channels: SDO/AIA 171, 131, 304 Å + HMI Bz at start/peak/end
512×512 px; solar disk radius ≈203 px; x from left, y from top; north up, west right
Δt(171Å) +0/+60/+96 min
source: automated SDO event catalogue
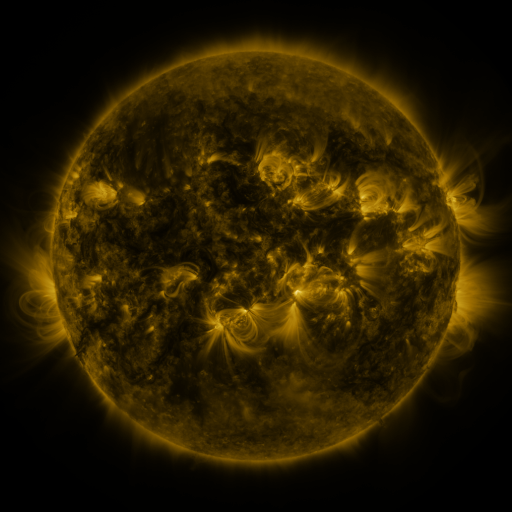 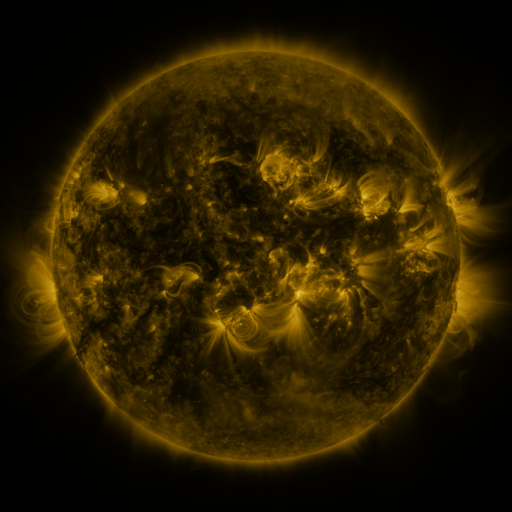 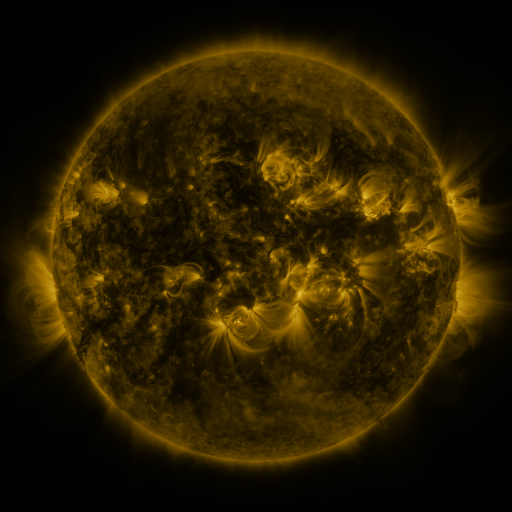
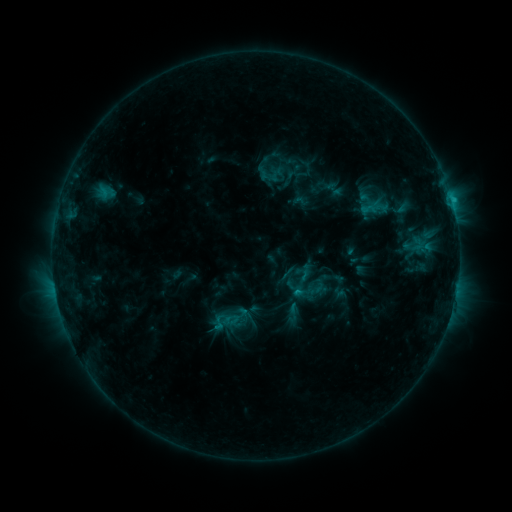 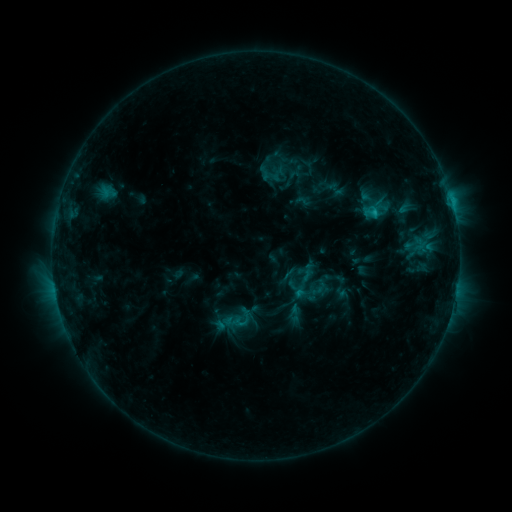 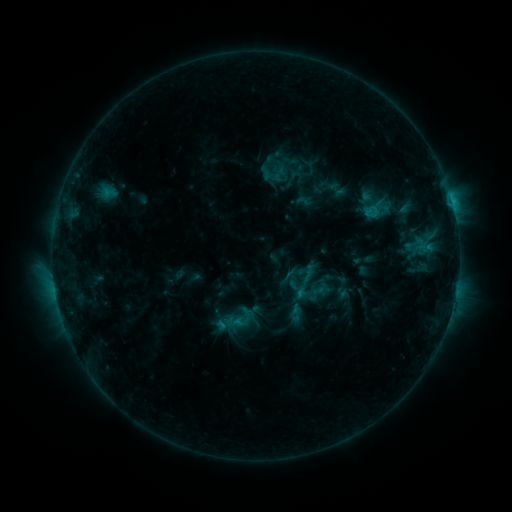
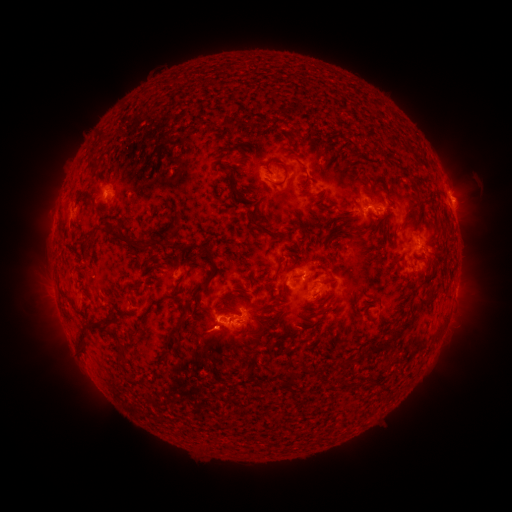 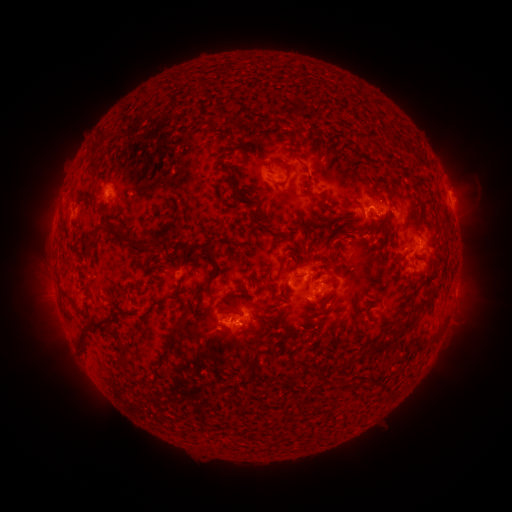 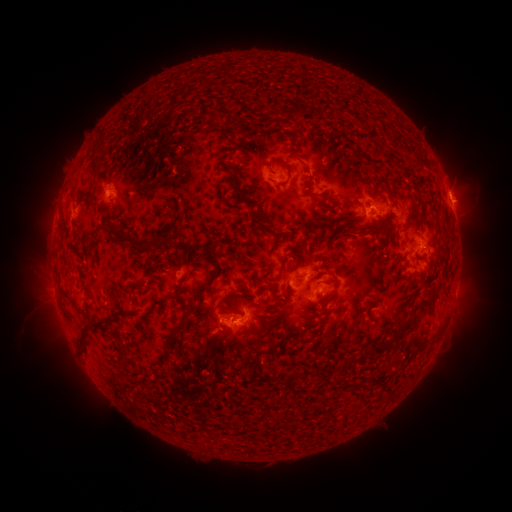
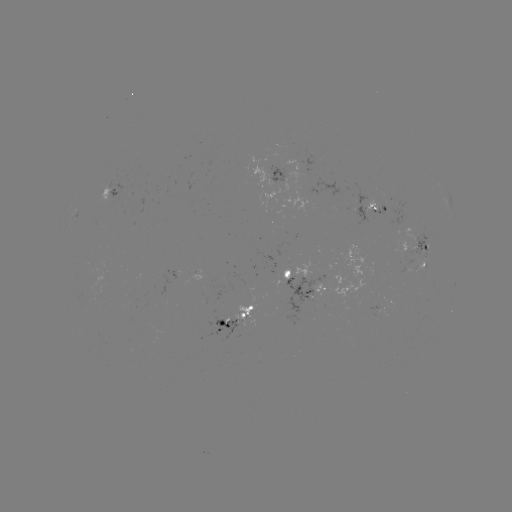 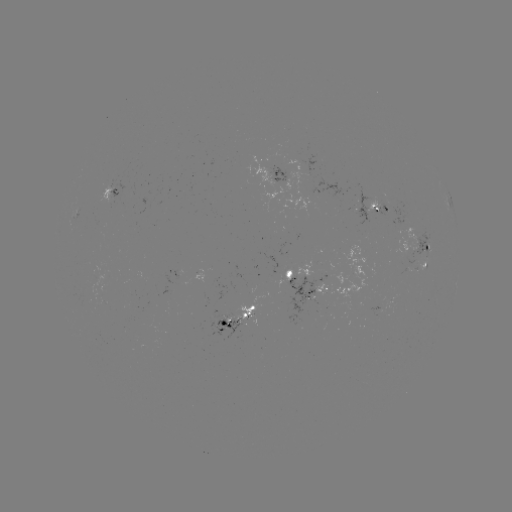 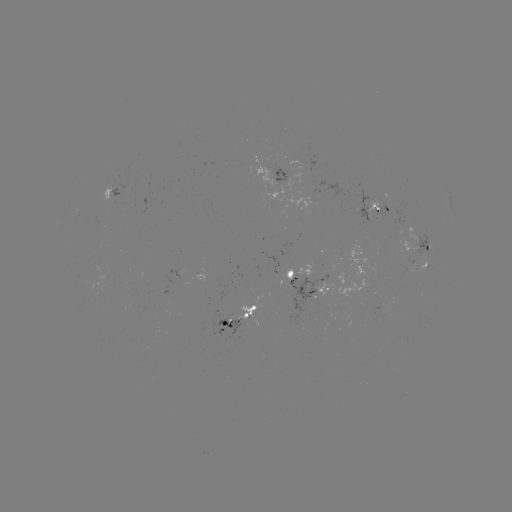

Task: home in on emerging-flux region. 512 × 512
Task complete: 104,277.